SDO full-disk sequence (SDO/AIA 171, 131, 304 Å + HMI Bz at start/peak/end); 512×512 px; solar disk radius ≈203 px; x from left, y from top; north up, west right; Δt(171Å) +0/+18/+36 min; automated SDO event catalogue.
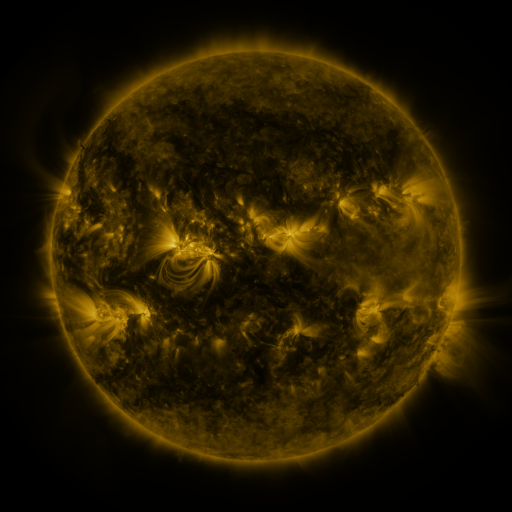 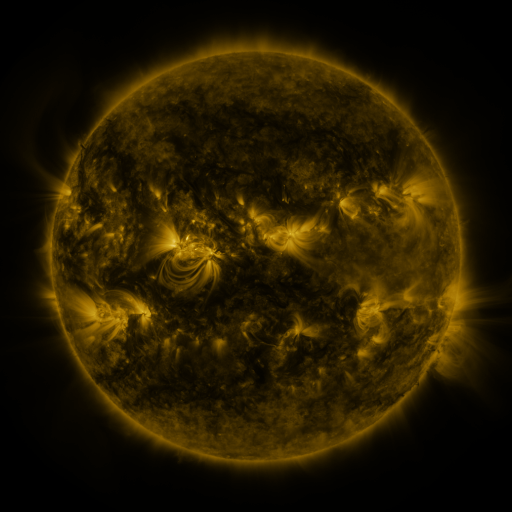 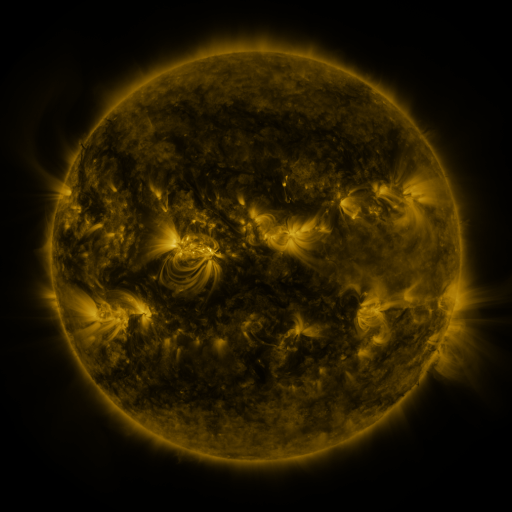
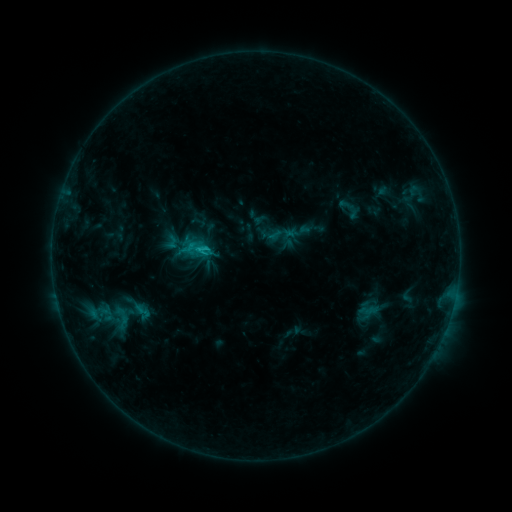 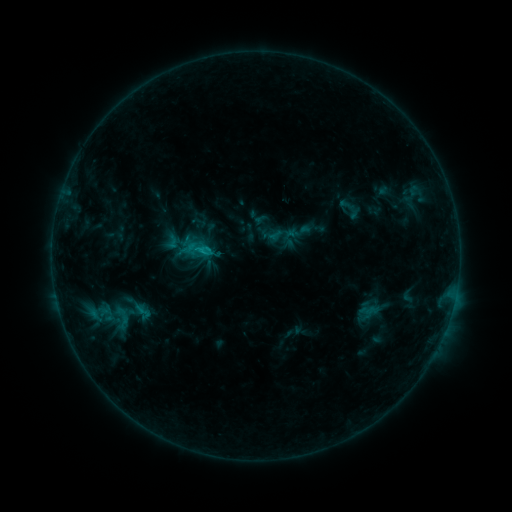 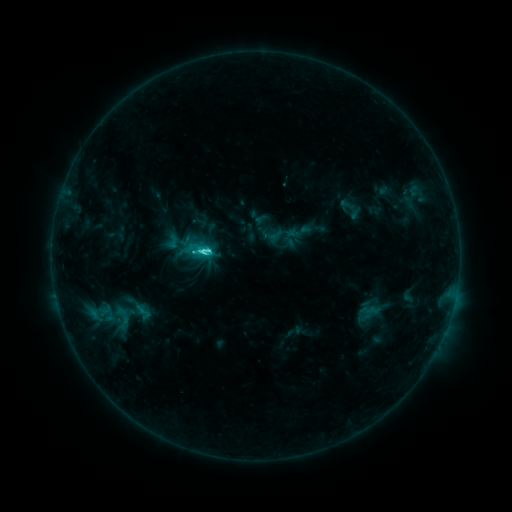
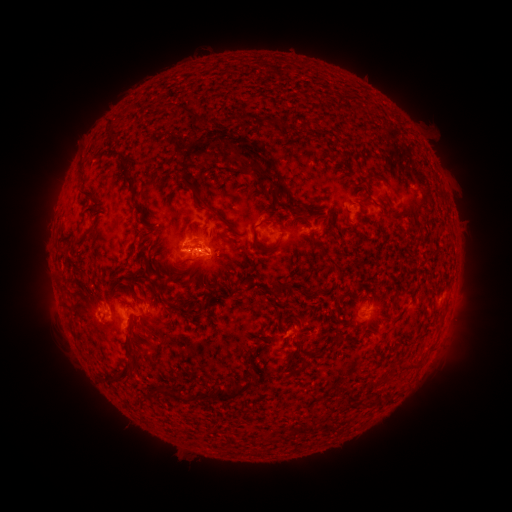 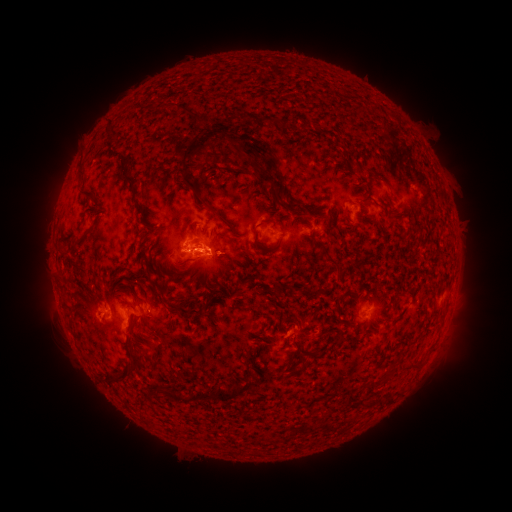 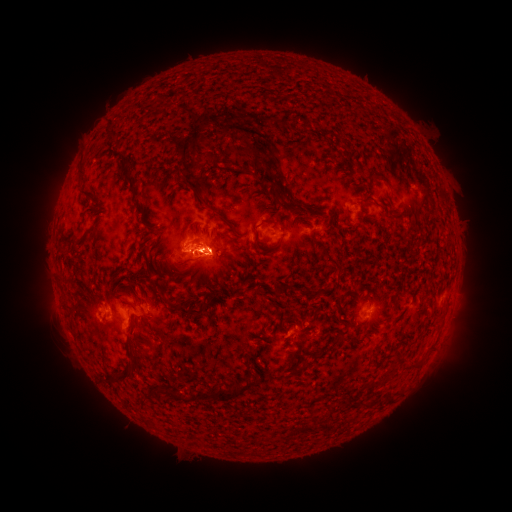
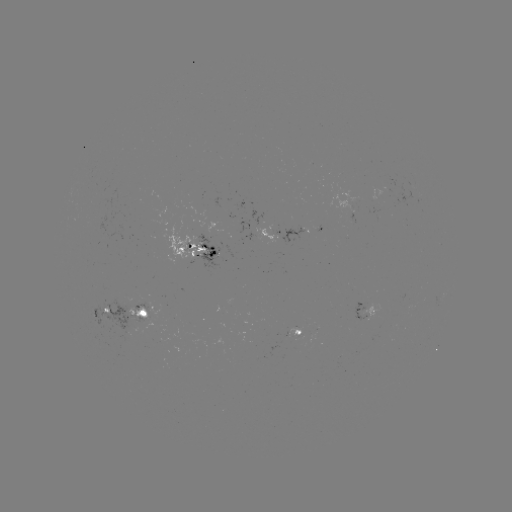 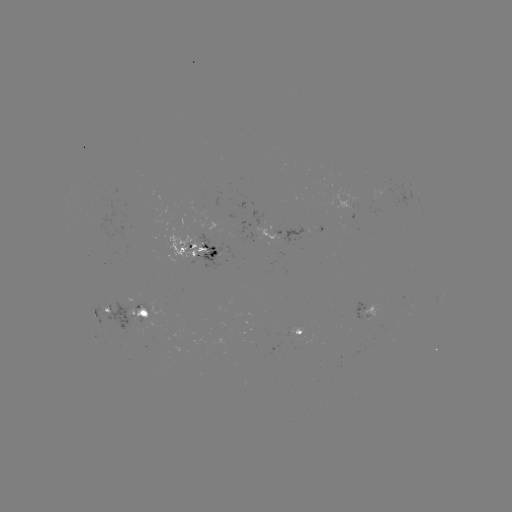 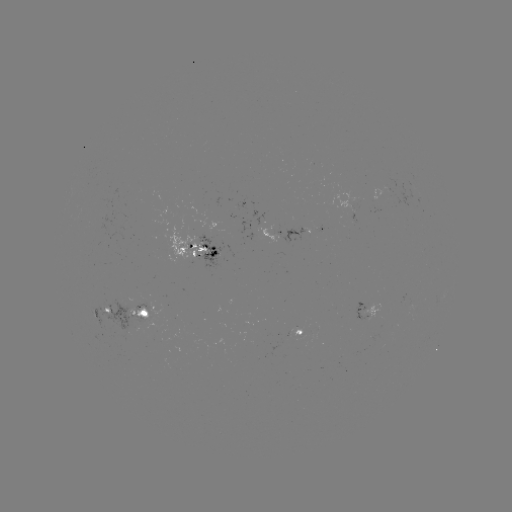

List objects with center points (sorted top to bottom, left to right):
eruption: (239, 139)
